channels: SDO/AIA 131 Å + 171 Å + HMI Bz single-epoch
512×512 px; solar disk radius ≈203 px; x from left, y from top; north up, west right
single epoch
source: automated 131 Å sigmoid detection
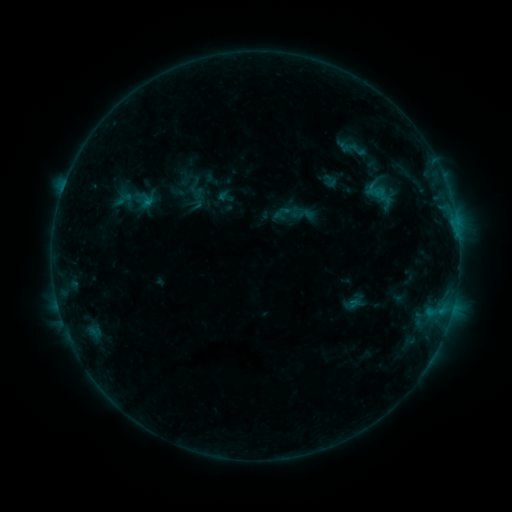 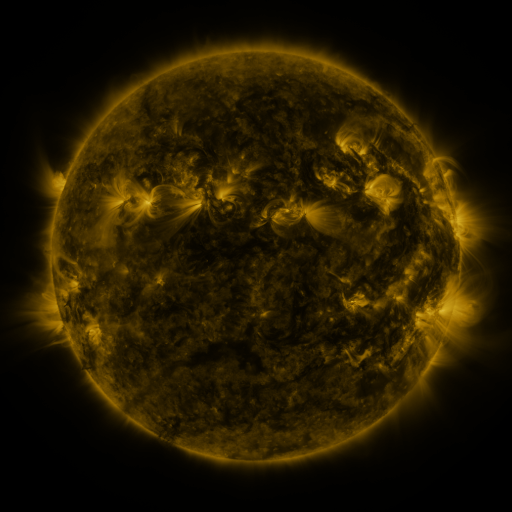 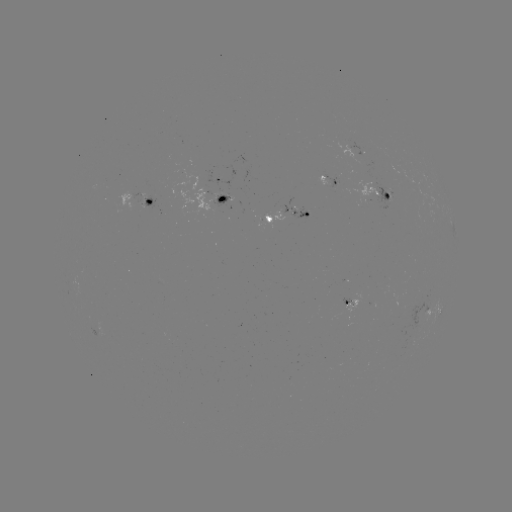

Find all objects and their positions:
sigmoid: <bbox>336, 135, 374, 164</bbox>
sigmoid: <bbox>281, 192, 303, 214</bbox>
sigmoid: <bbox>292, 203, 315, 227</bbox>
